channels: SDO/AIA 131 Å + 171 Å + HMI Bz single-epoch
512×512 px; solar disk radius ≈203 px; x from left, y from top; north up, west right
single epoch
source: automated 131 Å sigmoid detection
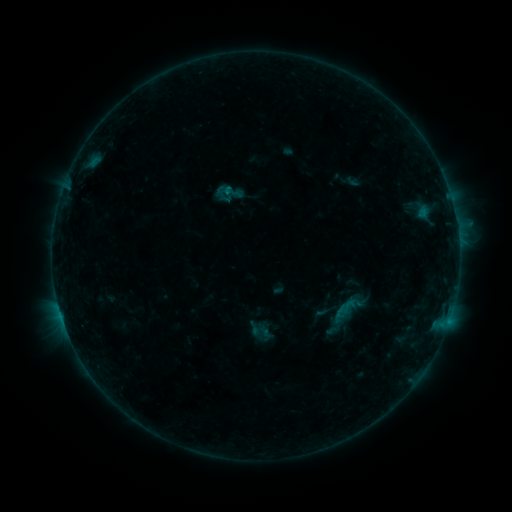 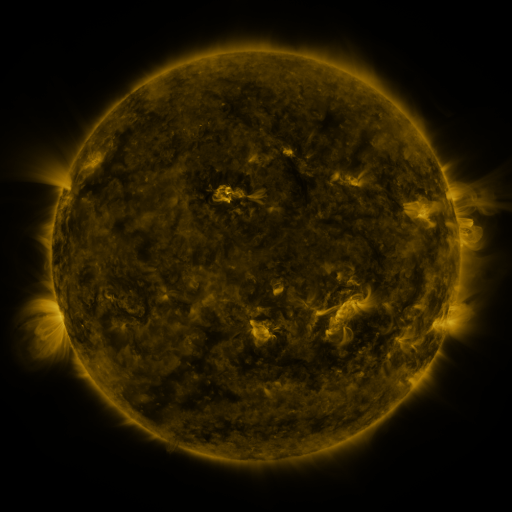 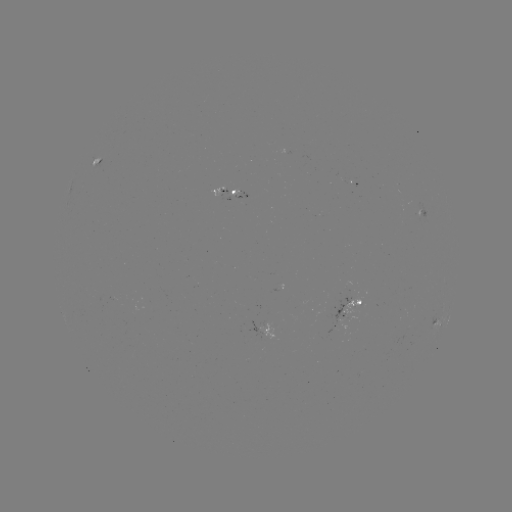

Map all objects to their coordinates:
sigmoid: (222, 183, 239, 200)
sigmoid: (340, 297, 357, 315)
